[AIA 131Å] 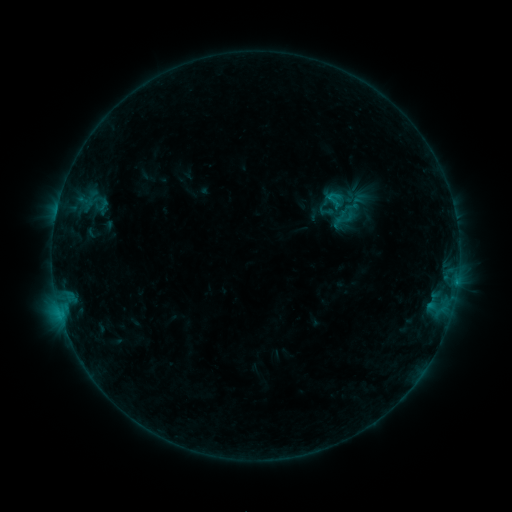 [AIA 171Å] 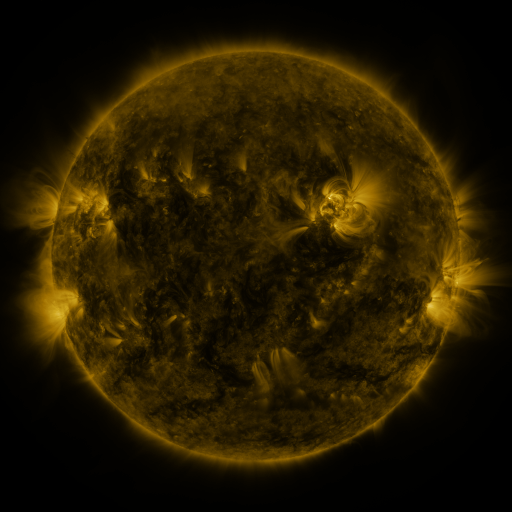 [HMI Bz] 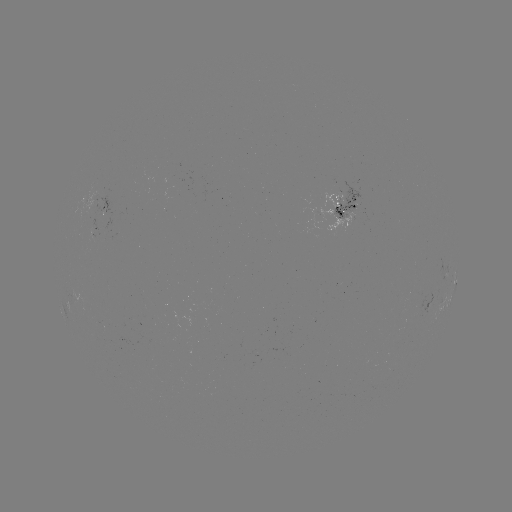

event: sigmoid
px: (326, 211)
